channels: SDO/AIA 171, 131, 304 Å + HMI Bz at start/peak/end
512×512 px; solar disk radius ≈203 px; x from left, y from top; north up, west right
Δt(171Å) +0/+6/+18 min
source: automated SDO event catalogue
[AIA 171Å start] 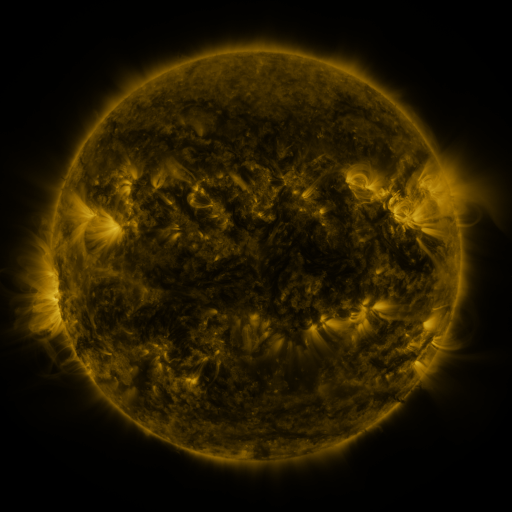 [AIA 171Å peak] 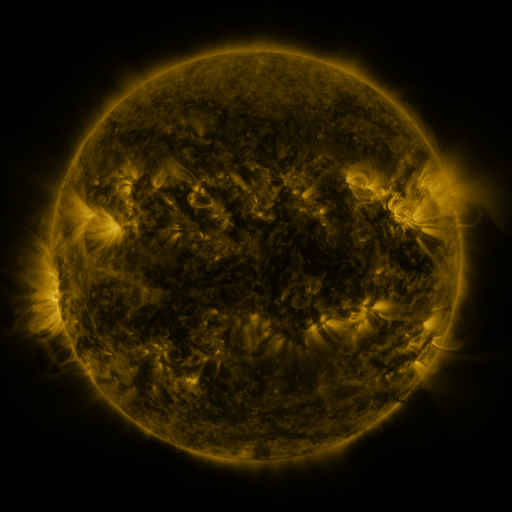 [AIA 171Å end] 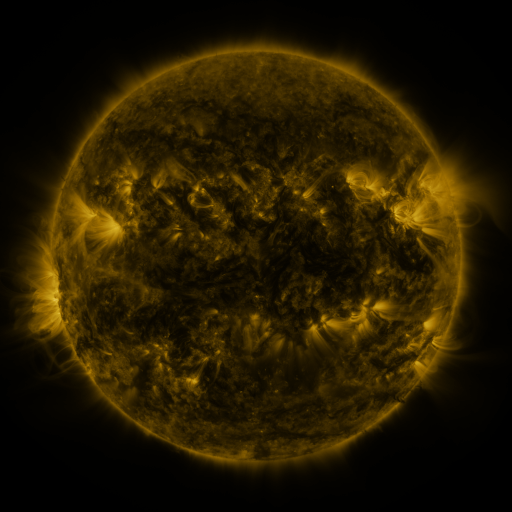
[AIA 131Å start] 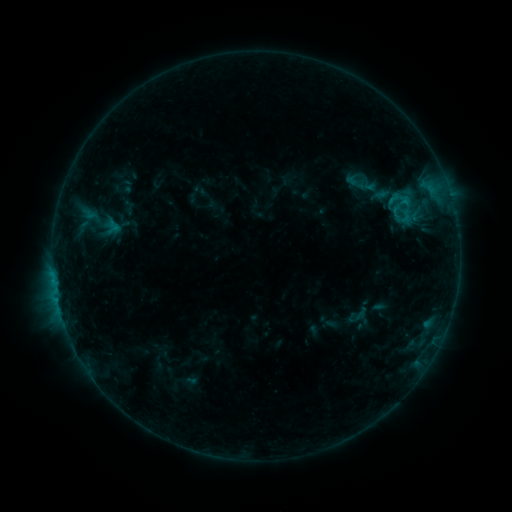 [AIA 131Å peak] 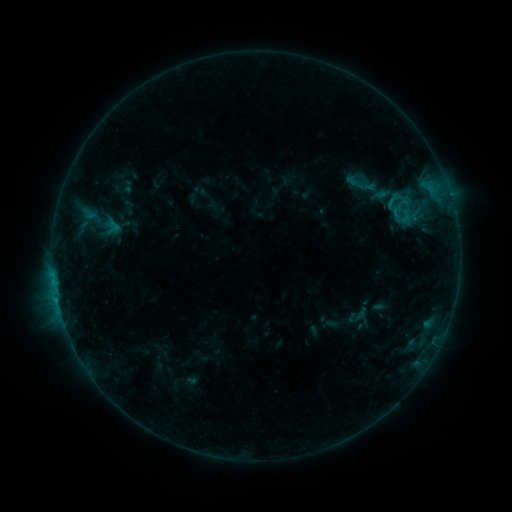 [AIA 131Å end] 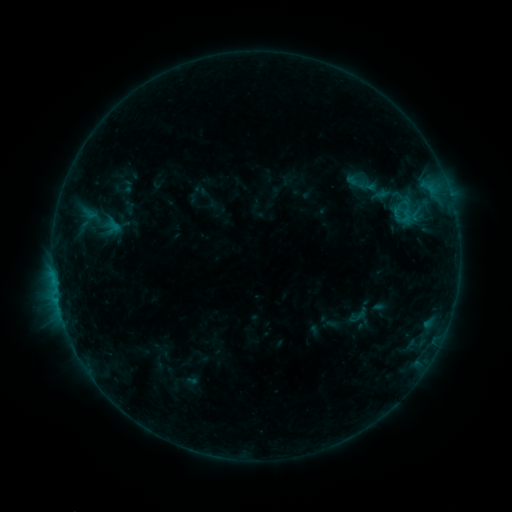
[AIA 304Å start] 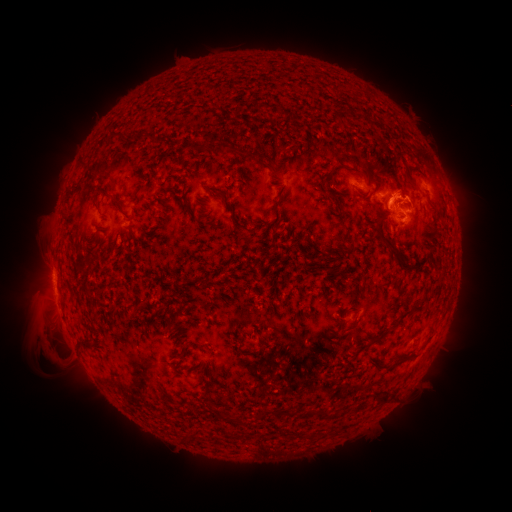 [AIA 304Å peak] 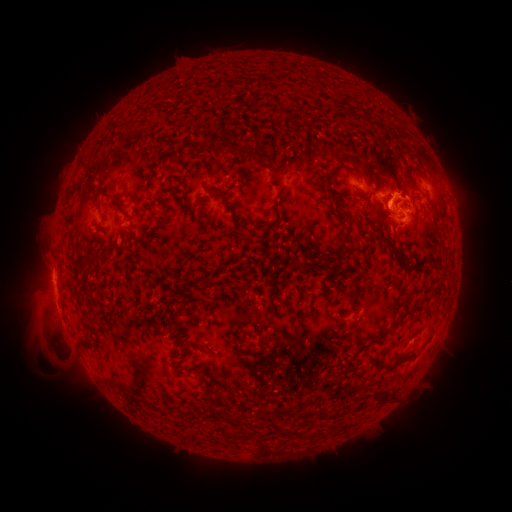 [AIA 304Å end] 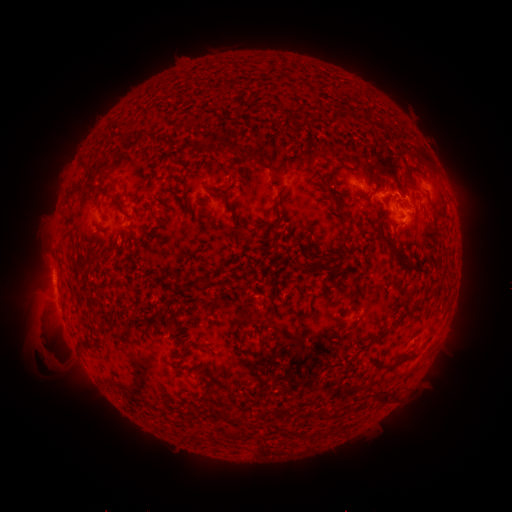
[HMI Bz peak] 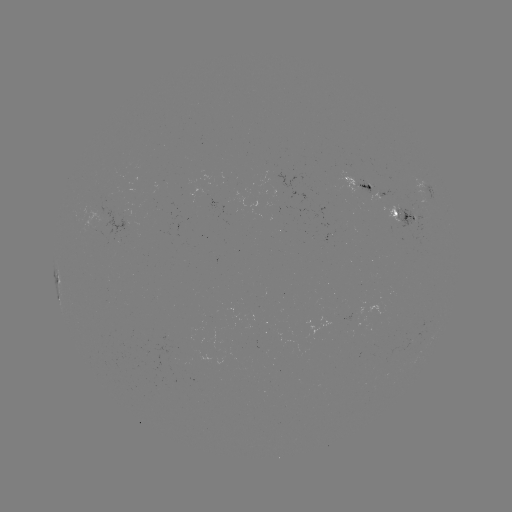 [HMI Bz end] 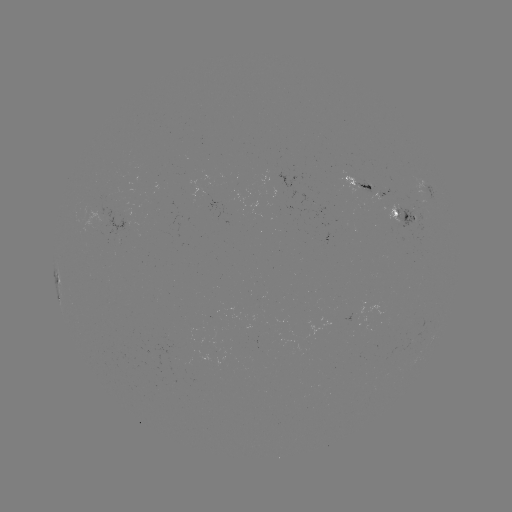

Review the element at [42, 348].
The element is eruption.